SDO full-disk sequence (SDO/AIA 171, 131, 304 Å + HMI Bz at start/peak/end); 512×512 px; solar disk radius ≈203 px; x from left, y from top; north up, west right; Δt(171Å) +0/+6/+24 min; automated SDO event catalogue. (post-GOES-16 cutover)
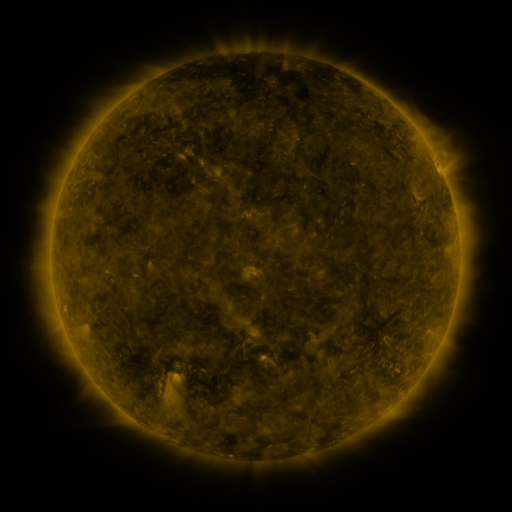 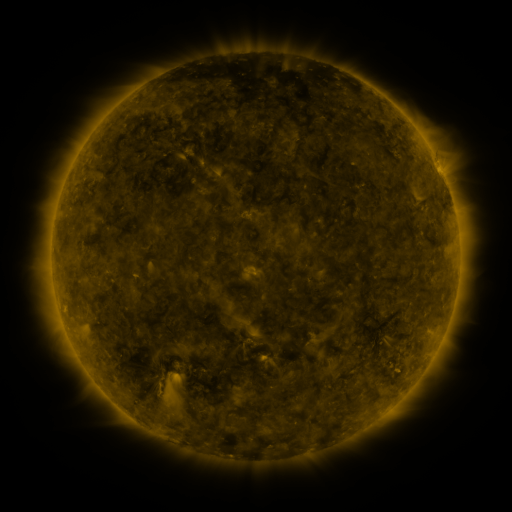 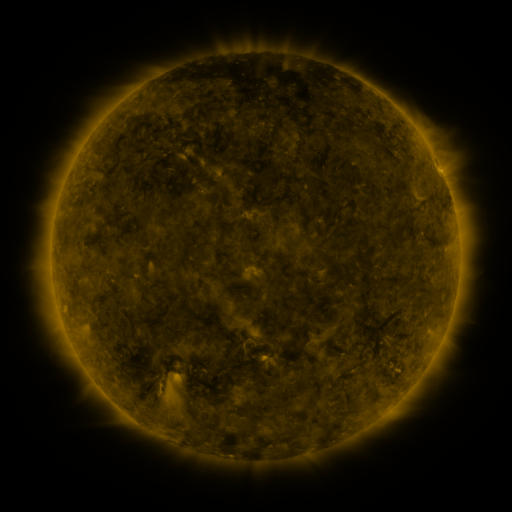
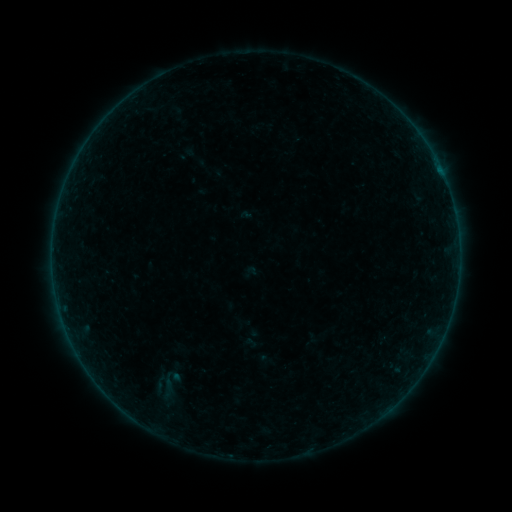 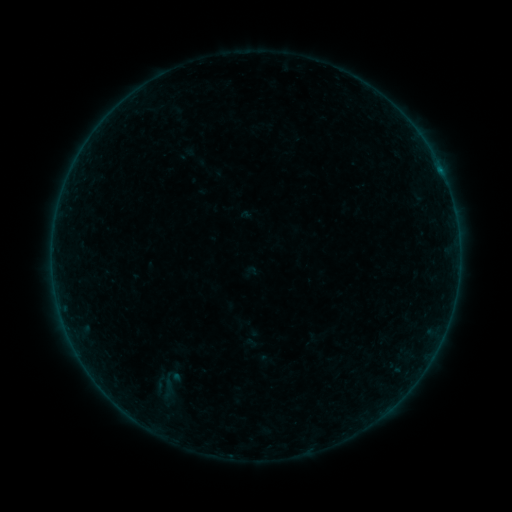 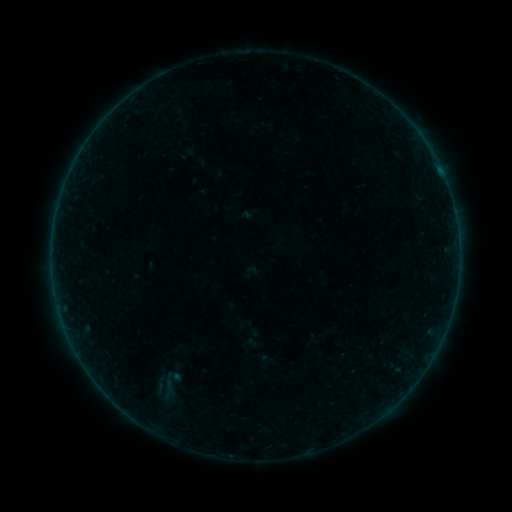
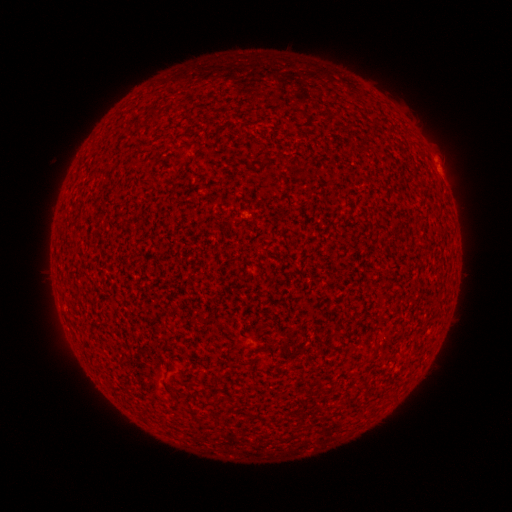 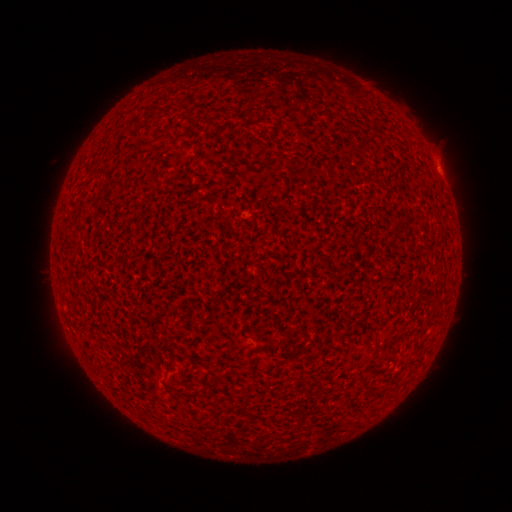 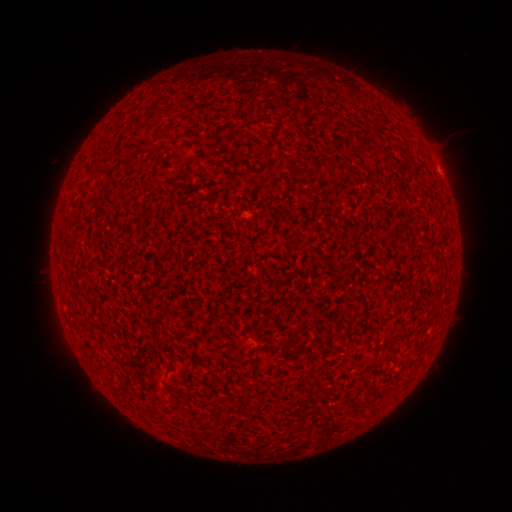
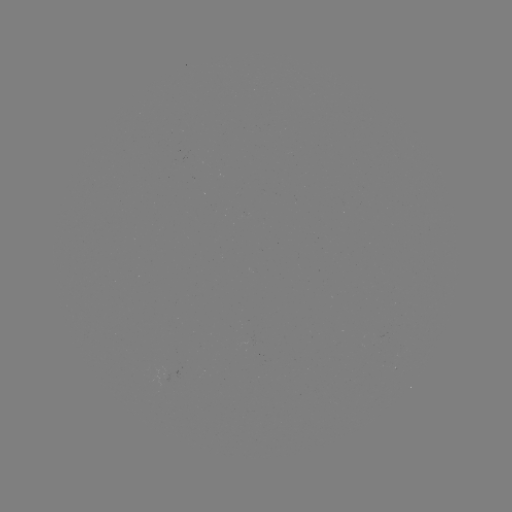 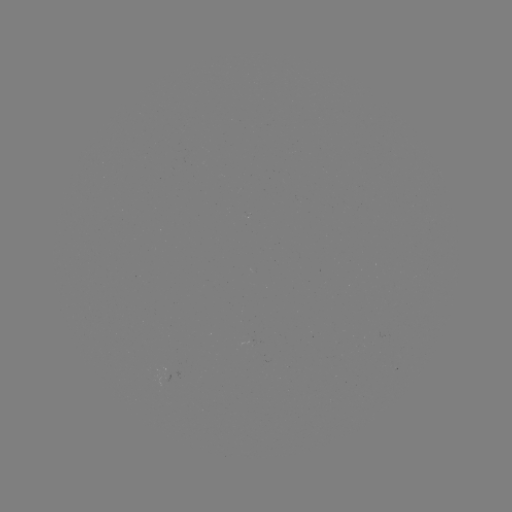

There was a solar flare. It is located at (441, 175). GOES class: A6.8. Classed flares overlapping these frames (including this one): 1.